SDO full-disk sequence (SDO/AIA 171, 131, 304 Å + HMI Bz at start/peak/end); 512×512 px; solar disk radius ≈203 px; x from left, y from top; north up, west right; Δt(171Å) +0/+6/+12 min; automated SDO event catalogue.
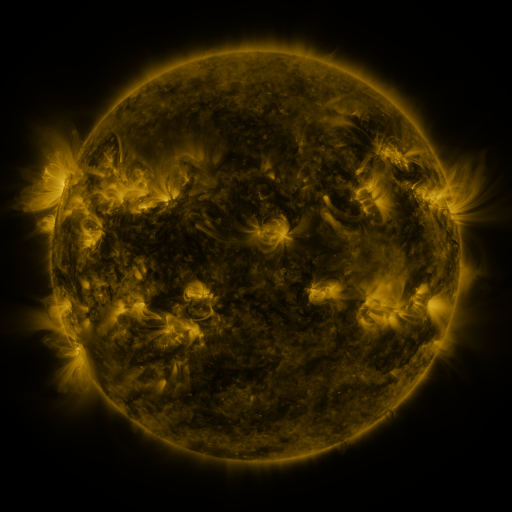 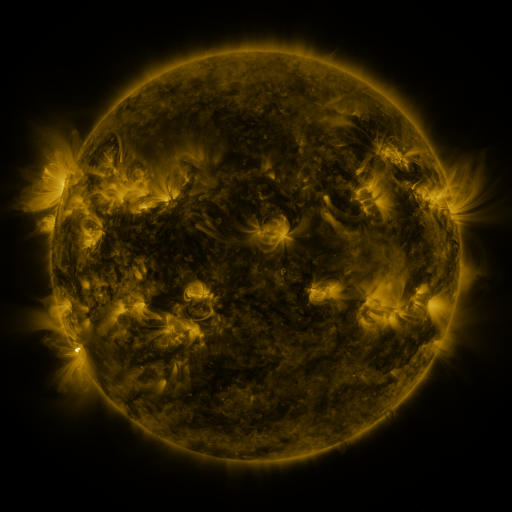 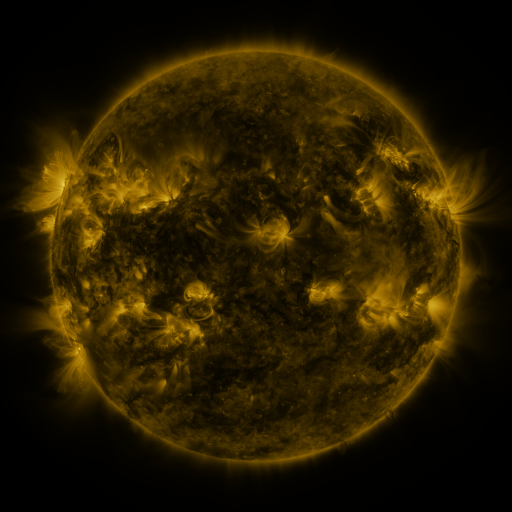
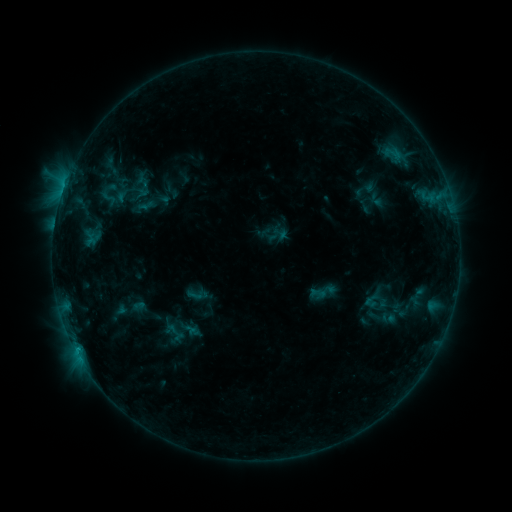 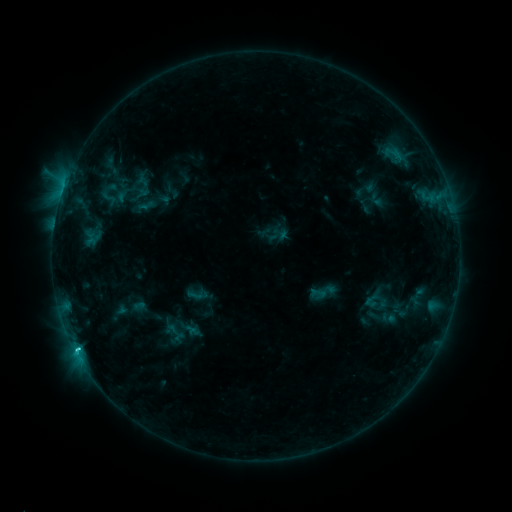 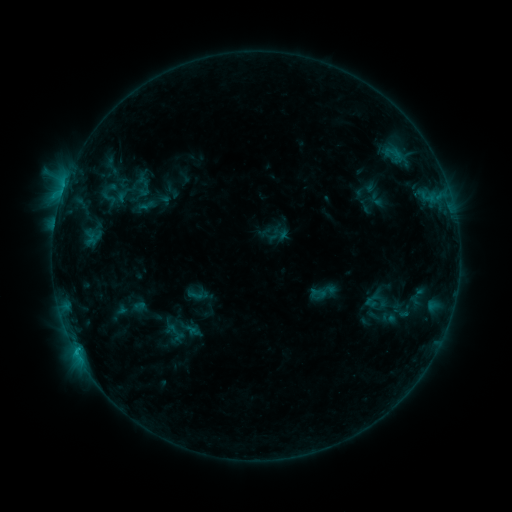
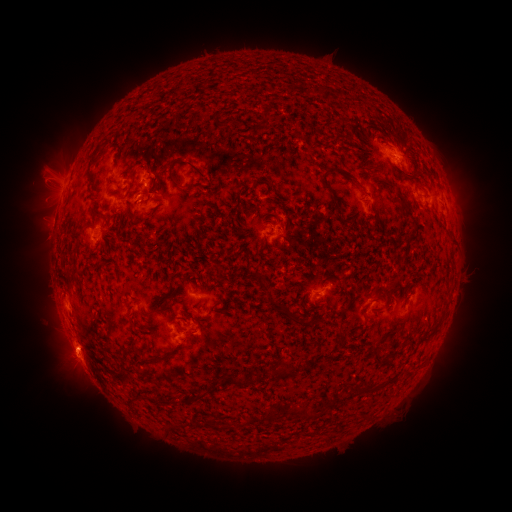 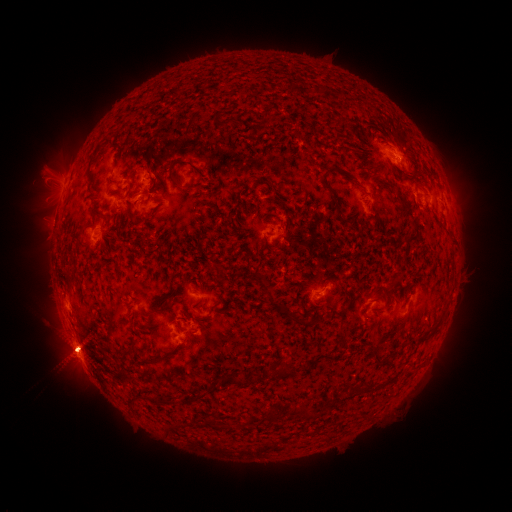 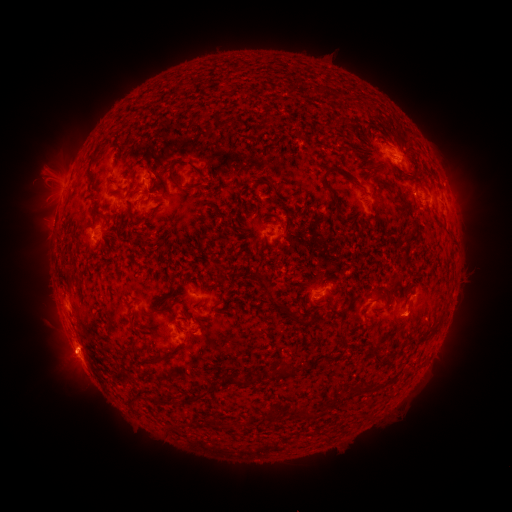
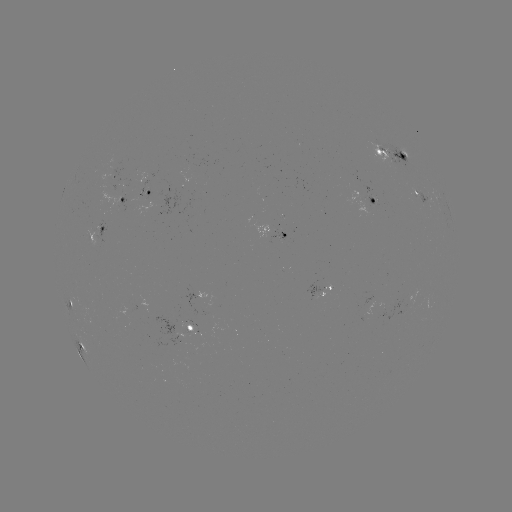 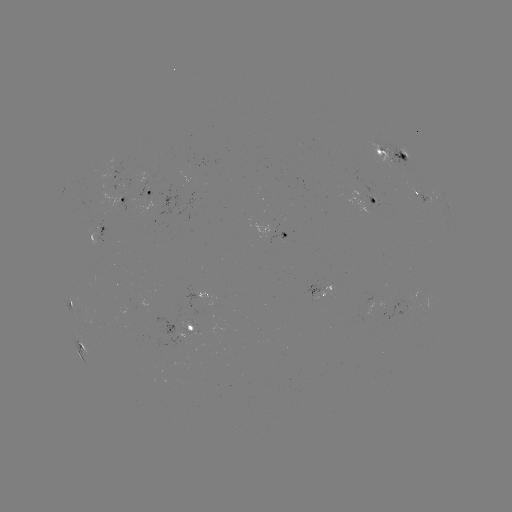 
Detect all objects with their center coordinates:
C1.6 flare: (77, 346)
